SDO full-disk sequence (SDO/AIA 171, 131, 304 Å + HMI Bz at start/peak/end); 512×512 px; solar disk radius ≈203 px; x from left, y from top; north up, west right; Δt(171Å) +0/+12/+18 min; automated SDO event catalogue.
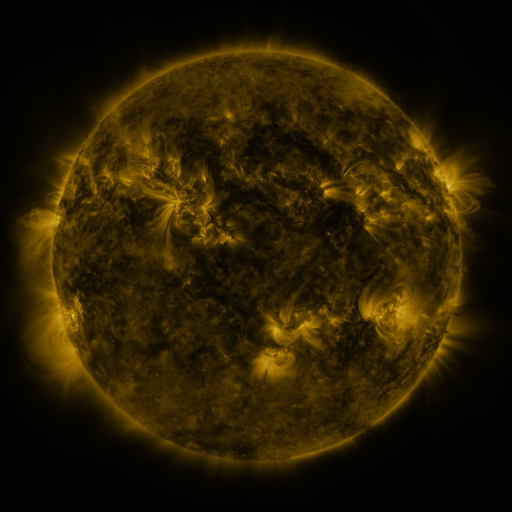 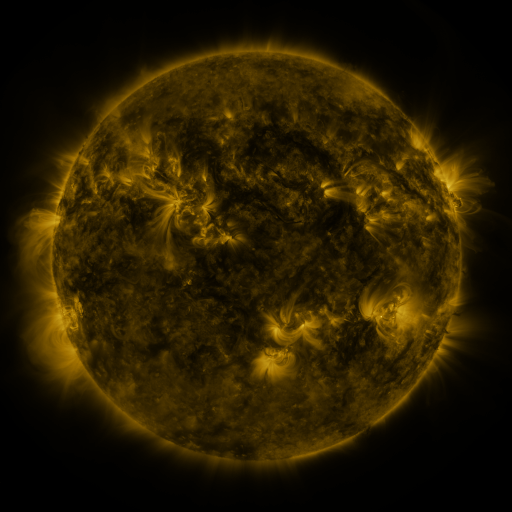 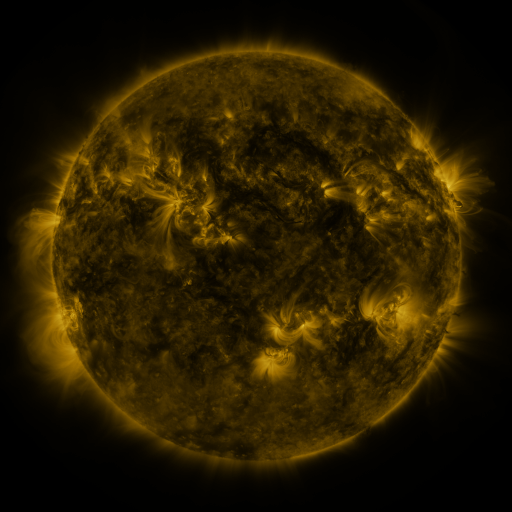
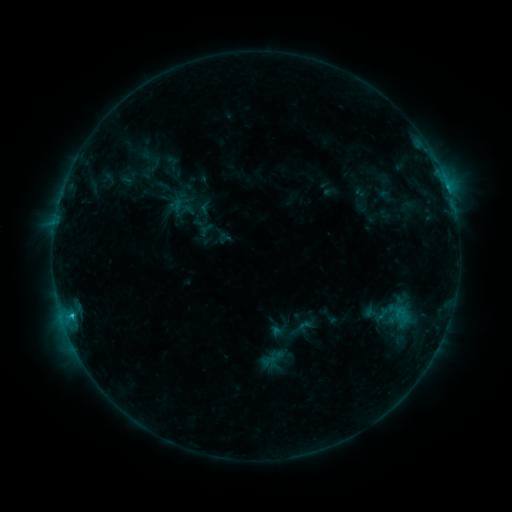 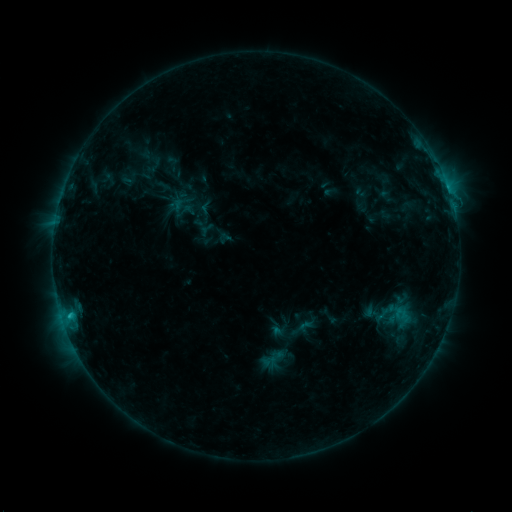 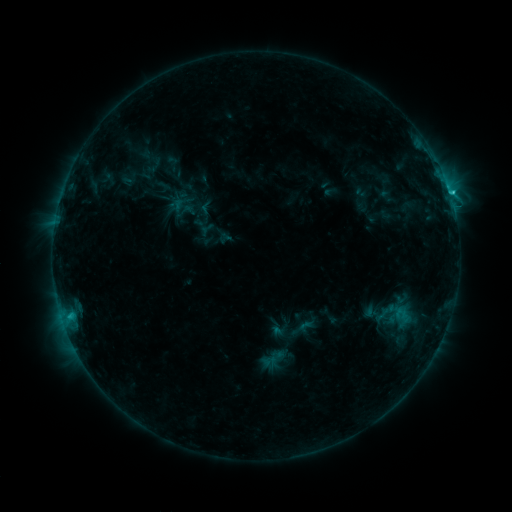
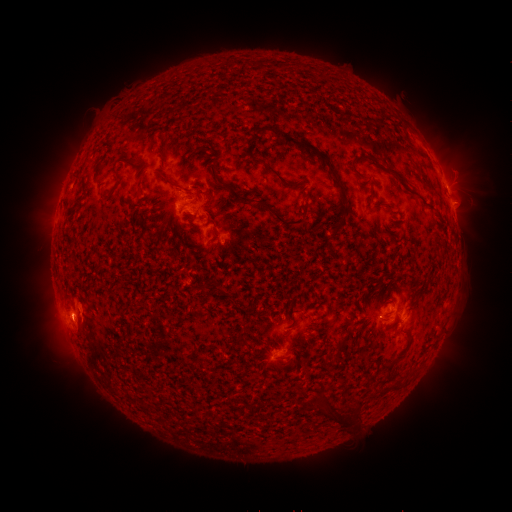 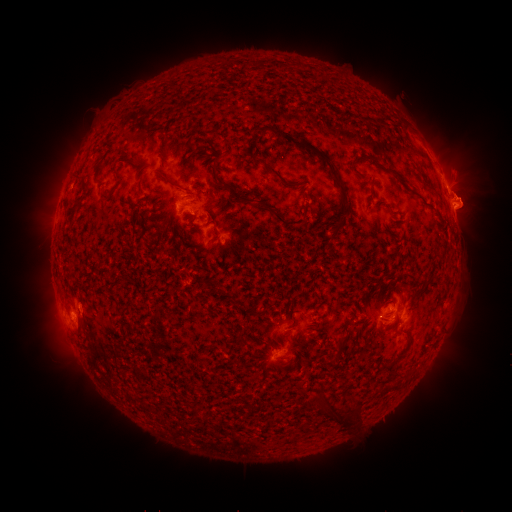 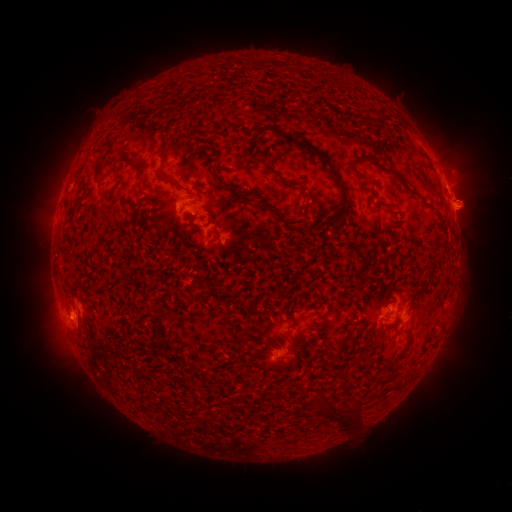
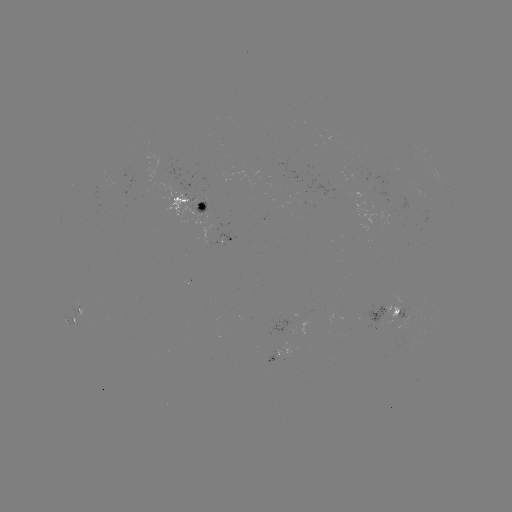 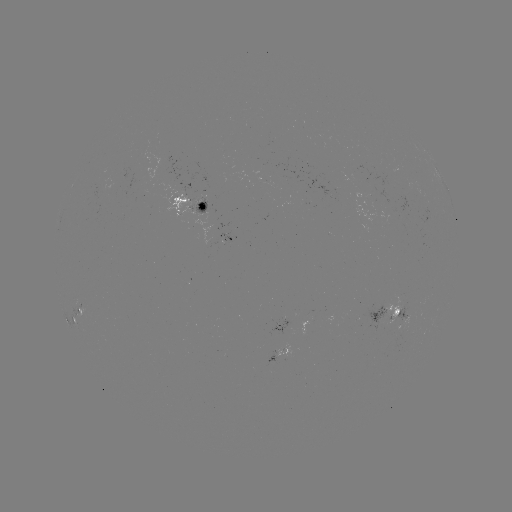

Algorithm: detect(eruption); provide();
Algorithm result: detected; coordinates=[471, 205]